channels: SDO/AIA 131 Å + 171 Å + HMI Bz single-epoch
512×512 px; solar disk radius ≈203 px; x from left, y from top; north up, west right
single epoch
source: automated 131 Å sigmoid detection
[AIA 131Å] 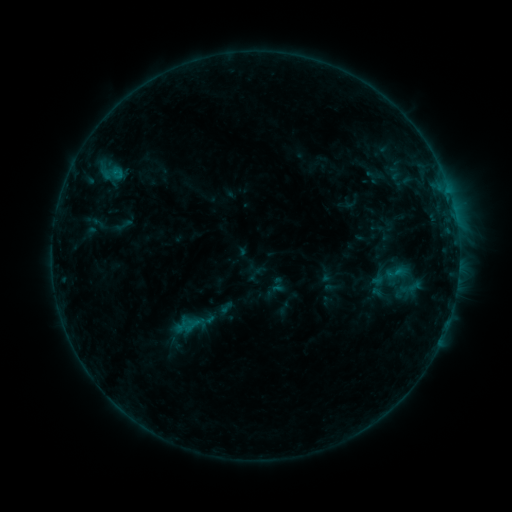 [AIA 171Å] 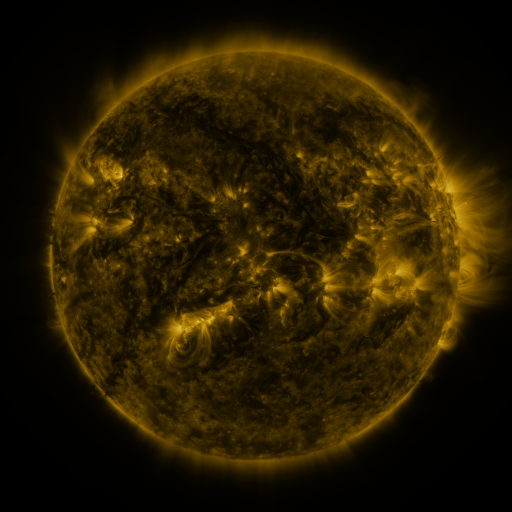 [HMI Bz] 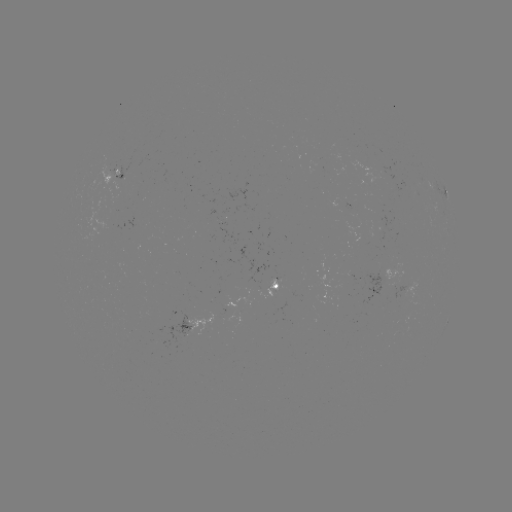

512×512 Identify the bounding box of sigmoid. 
[384, 262, 406, 285].